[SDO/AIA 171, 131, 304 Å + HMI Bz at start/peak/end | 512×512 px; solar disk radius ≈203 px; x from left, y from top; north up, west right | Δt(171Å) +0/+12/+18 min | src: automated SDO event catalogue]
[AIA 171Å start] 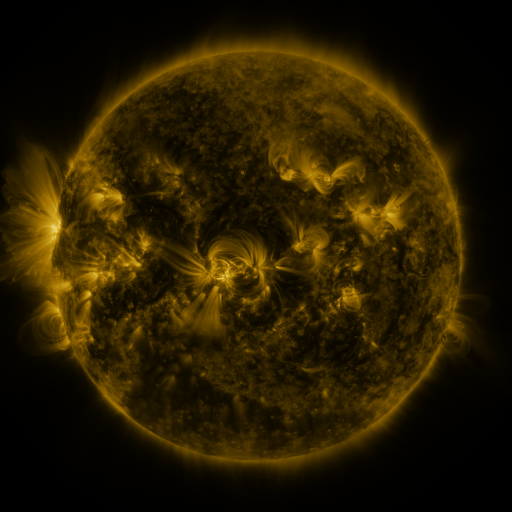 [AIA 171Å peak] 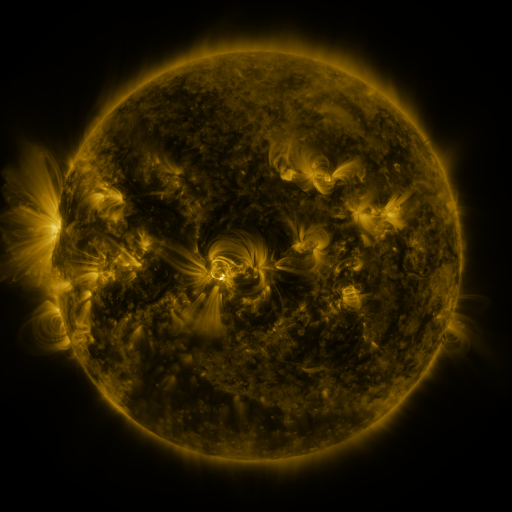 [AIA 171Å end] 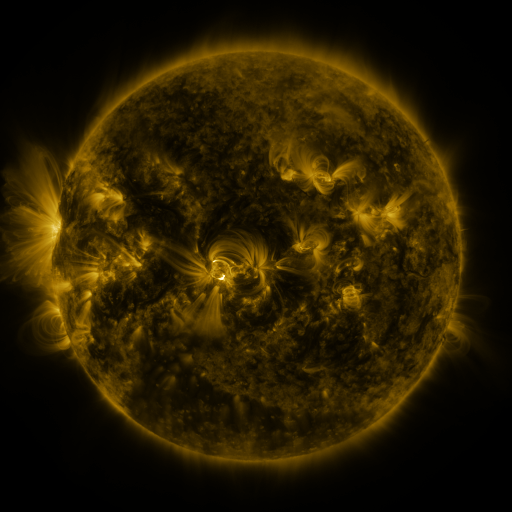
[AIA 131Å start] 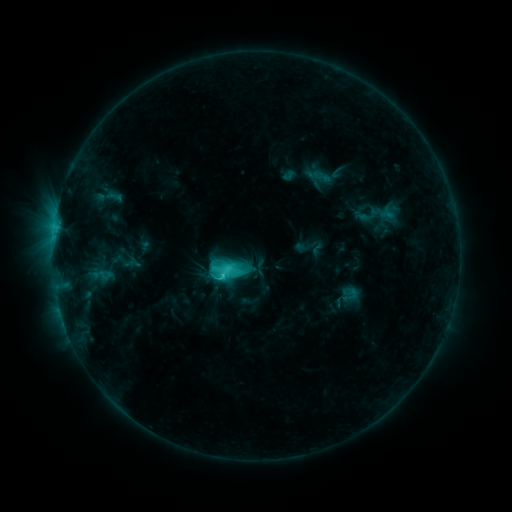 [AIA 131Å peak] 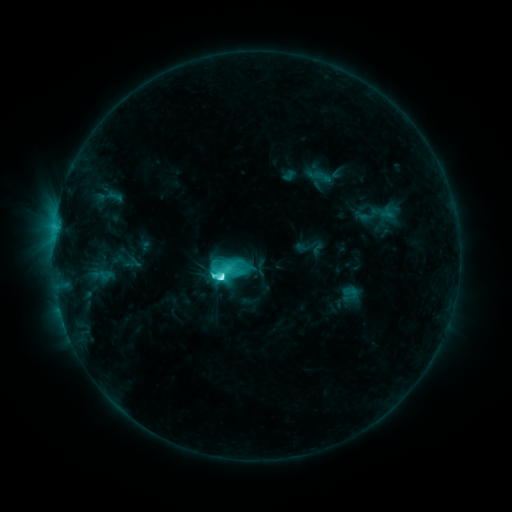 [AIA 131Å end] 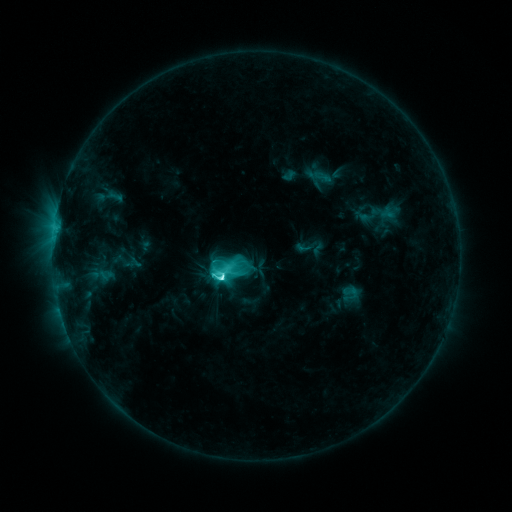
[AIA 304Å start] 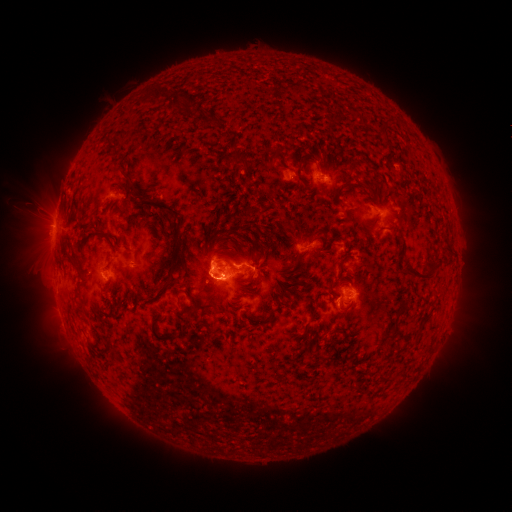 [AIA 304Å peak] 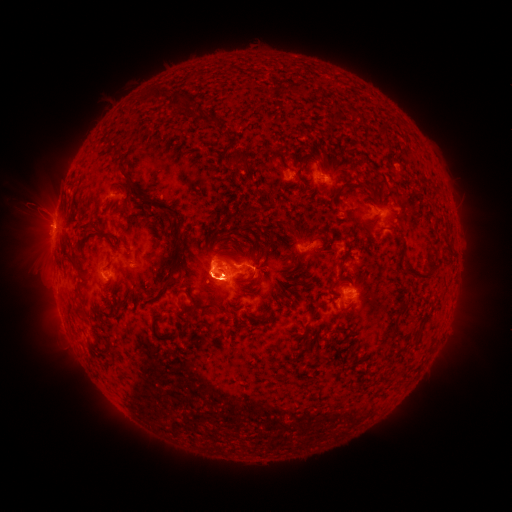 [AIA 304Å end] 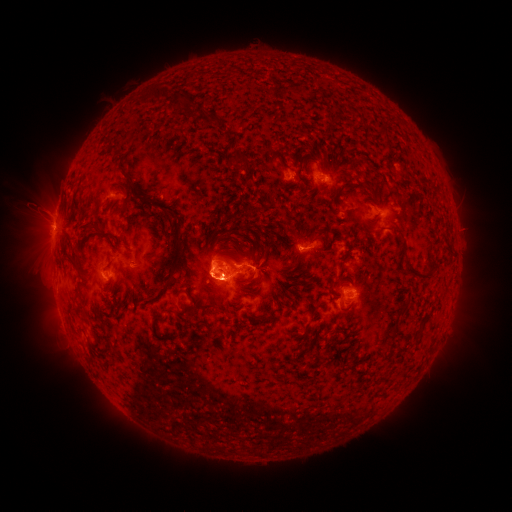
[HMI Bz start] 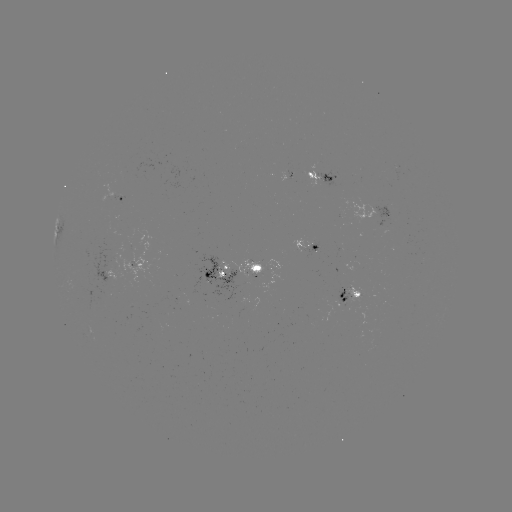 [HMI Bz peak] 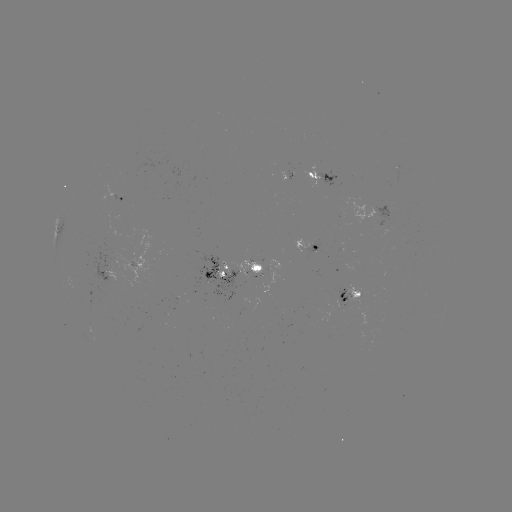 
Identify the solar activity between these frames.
C9.8 flare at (224, 275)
